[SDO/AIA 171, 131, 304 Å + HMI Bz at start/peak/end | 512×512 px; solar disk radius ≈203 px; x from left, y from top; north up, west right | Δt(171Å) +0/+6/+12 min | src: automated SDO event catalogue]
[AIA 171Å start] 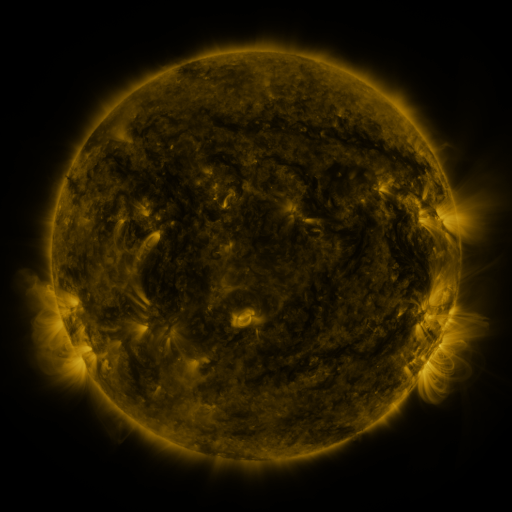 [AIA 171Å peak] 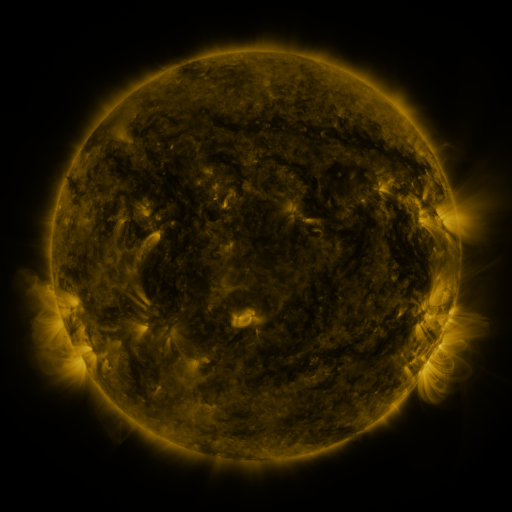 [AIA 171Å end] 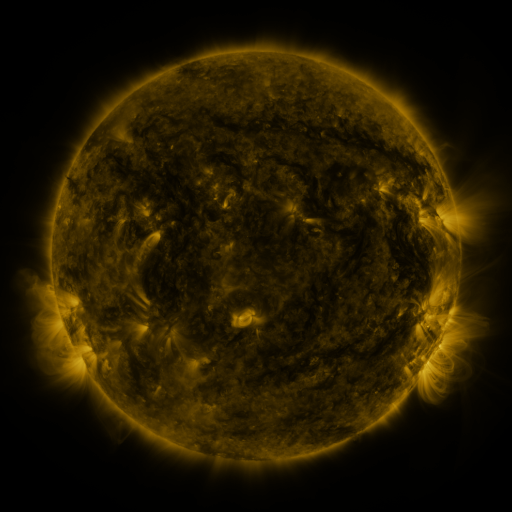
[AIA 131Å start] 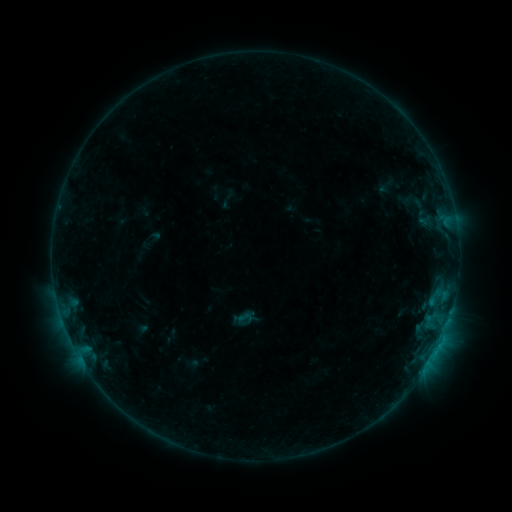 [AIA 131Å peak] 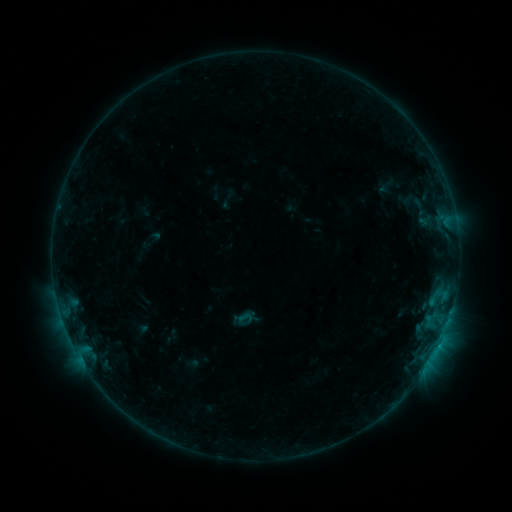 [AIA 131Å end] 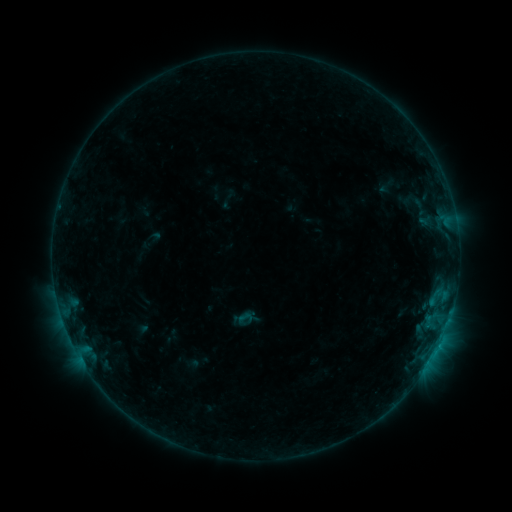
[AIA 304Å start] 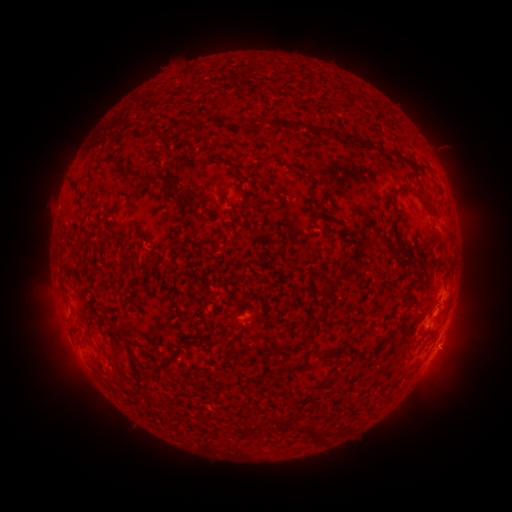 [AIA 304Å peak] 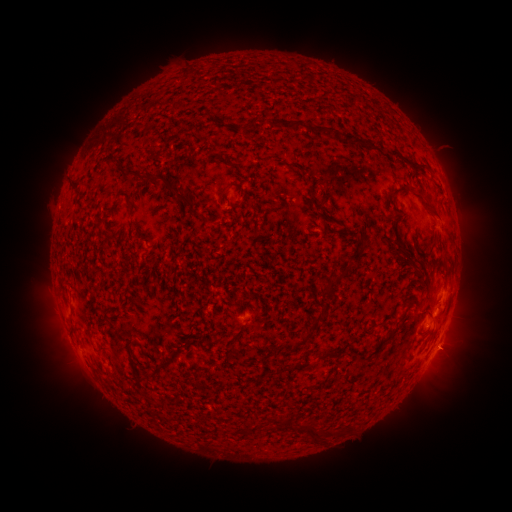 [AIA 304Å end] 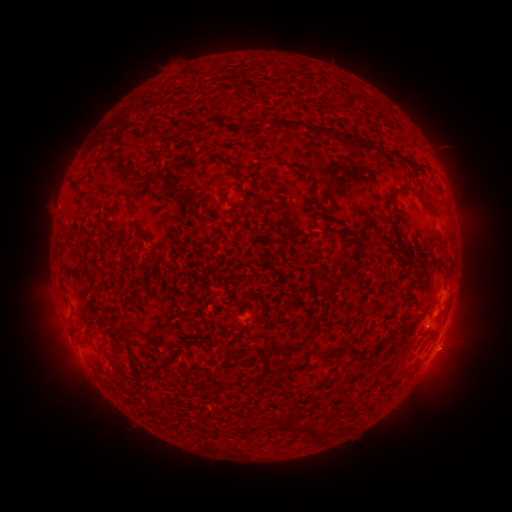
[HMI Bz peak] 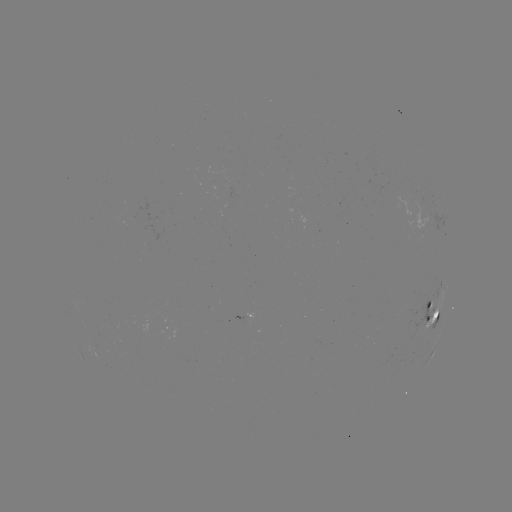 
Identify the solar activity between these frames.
no catalogued flare and no flagged EUV brightening in this window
